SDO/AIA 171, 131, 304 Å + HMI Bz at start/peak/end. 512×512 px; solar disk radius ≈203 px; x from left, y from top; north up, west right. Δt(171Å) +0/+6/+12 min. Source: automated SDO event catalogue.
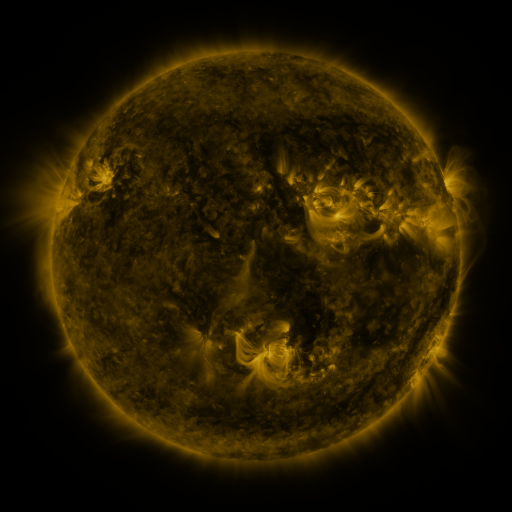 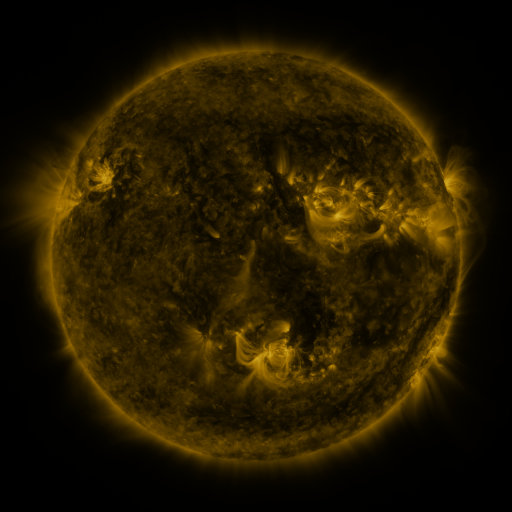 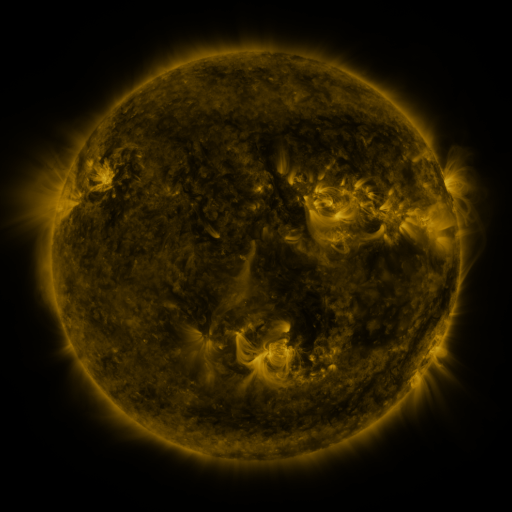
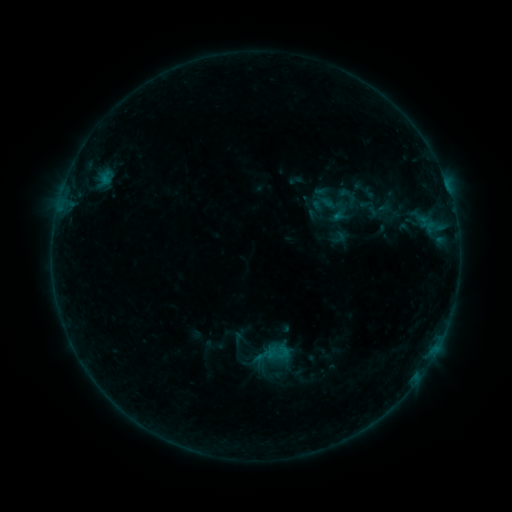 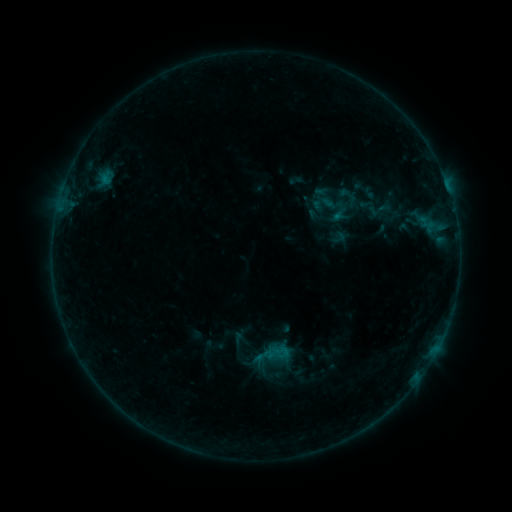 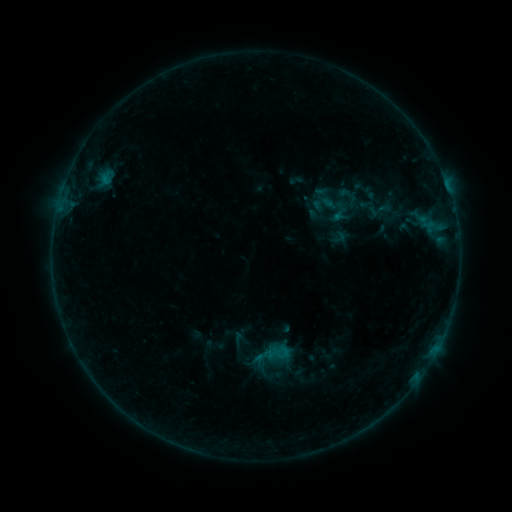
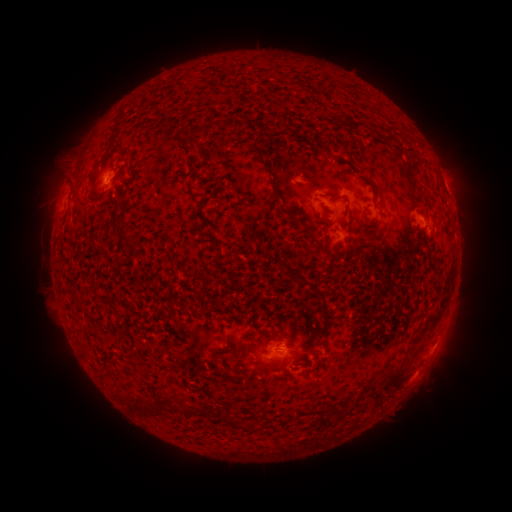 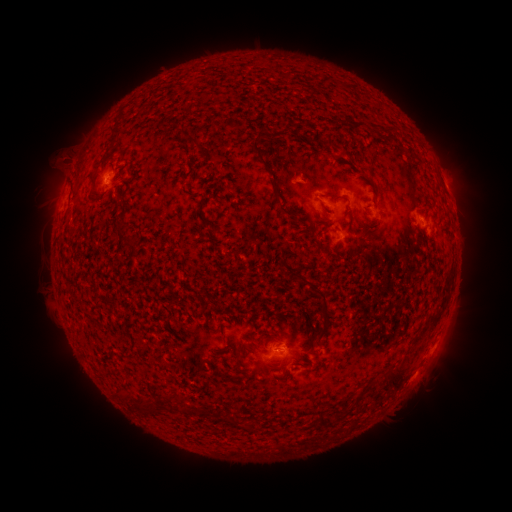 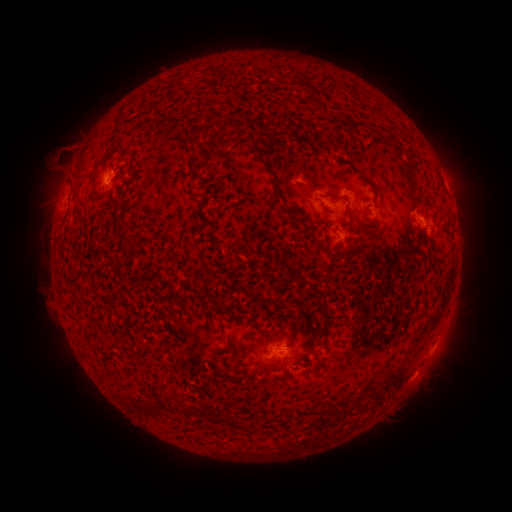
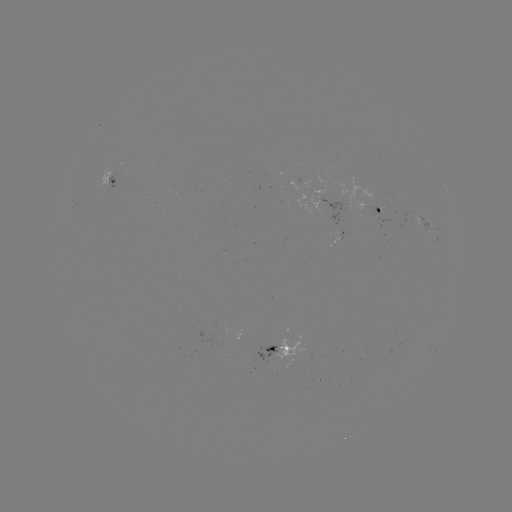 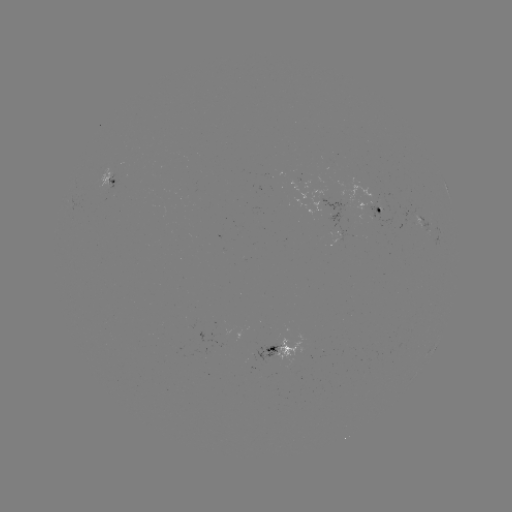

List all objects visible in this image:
eruption: (64, 156)
